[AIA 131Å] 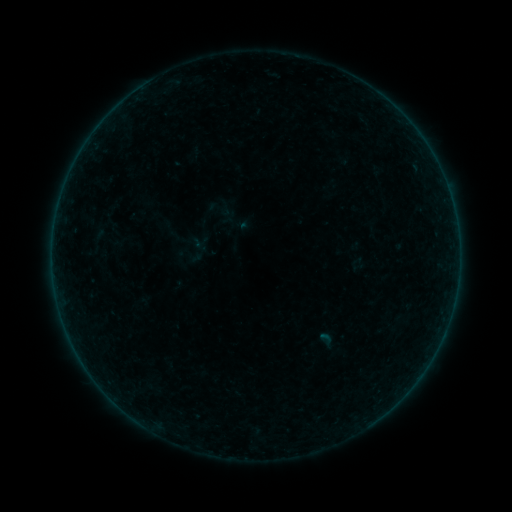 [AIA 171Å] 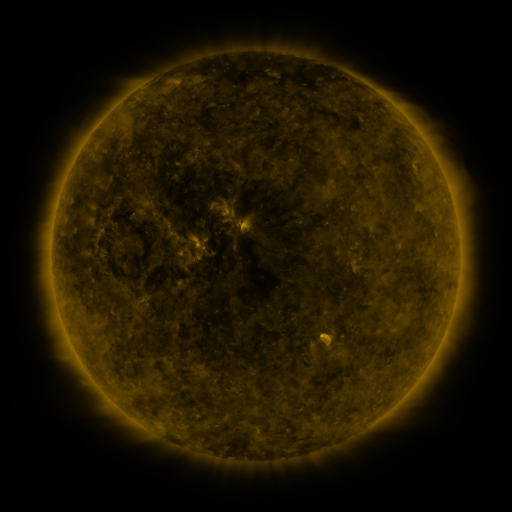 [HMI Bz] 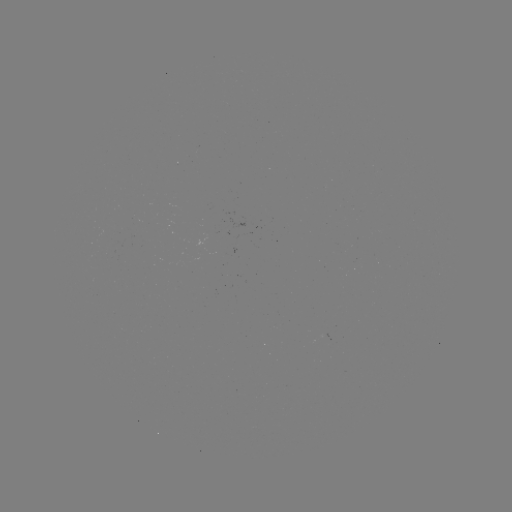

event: sigmoid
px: (219, 208)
